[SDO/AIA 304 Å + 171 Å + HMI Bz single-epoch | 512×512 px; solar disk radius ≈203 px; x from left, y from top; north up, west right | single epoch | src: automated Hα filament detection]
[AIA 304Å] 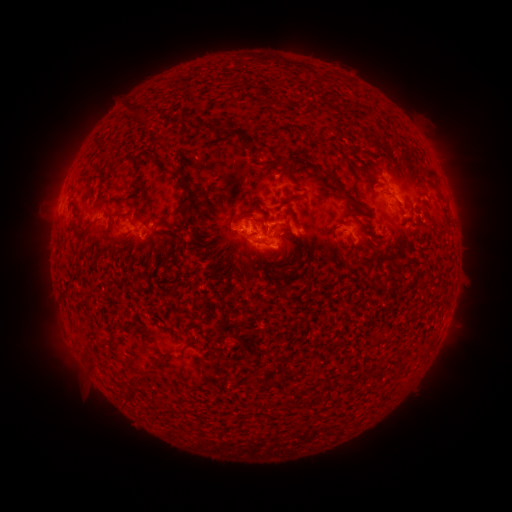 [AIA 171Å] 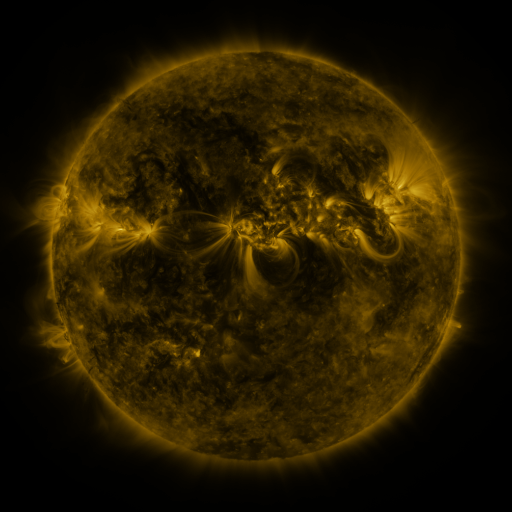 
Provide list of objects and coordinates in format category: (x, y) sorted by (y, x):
filament: (140, 111)
filament: (215, 128)
filament: (249, 153)
filament: (368, 155)
filament: (167, 162)
filament: (288, 167)
filament: (136, 180)
filament: (332, 182)
filament: (377, 184)
filament: (88, 185)
filament: (319, 196)
filament: (441, 197)
filament: (350, 198)
filament: (186, 199)
filament: (258, 209)
filament: (189, 221)
filament: (294, 221)
filament: (86, 230)
filament: (291, 232)
filament: (243, 233)
filament: (257, 241)
filament: (340, 244)
filament: (283, 275)
filament: (173, 287)
filament: (108, 341)
filament: (190, 343)
filament: (161, 361)
filament: (296, 372)
filament: (274, 381)
